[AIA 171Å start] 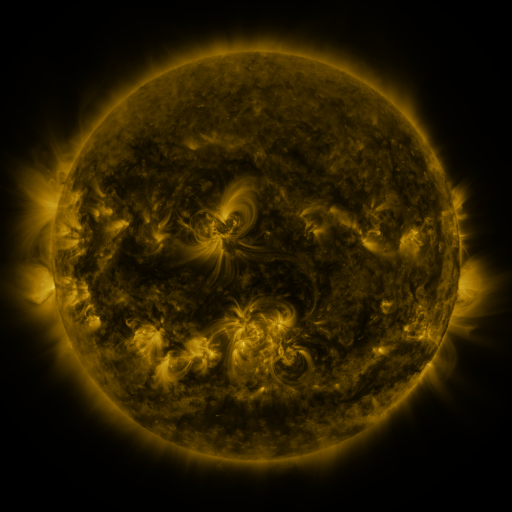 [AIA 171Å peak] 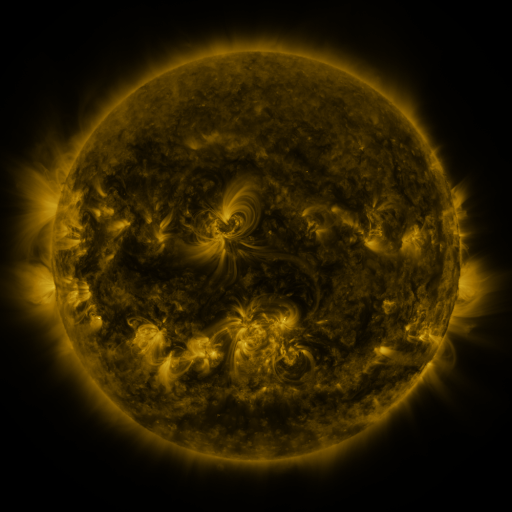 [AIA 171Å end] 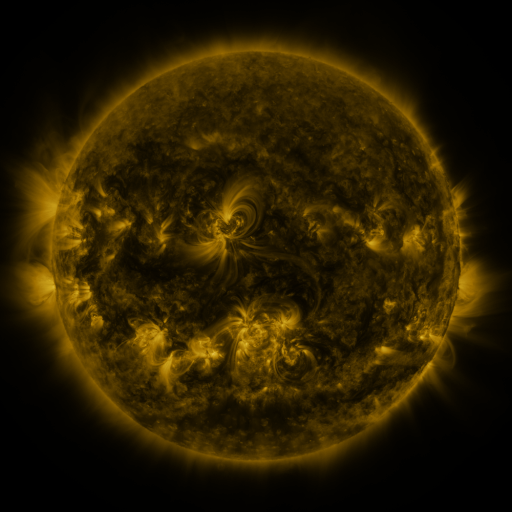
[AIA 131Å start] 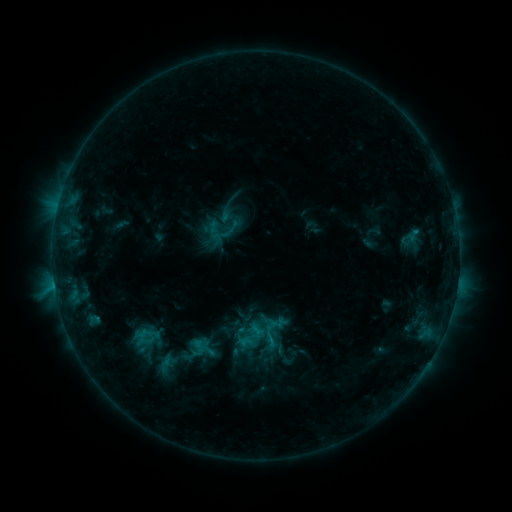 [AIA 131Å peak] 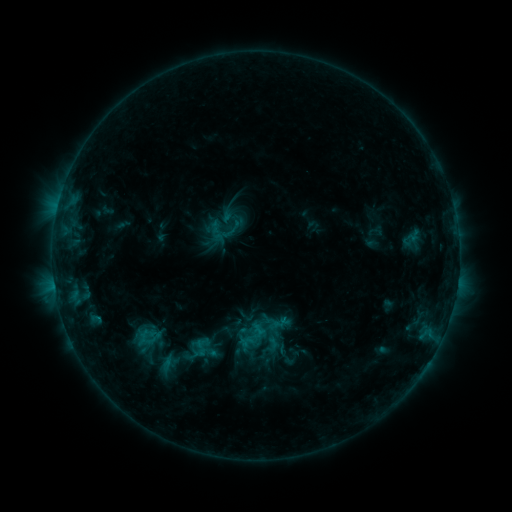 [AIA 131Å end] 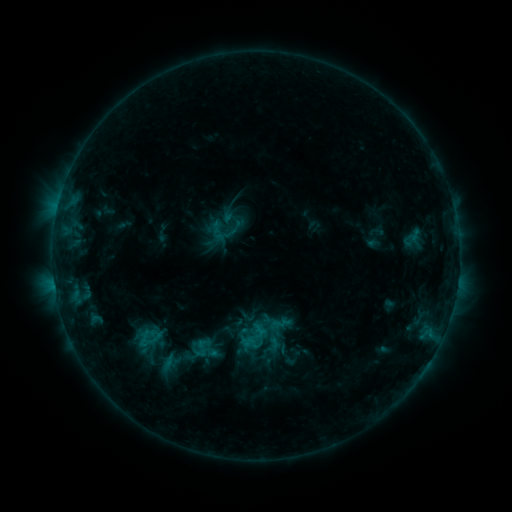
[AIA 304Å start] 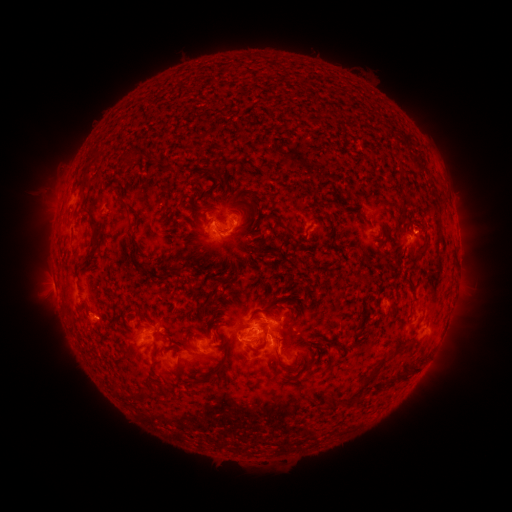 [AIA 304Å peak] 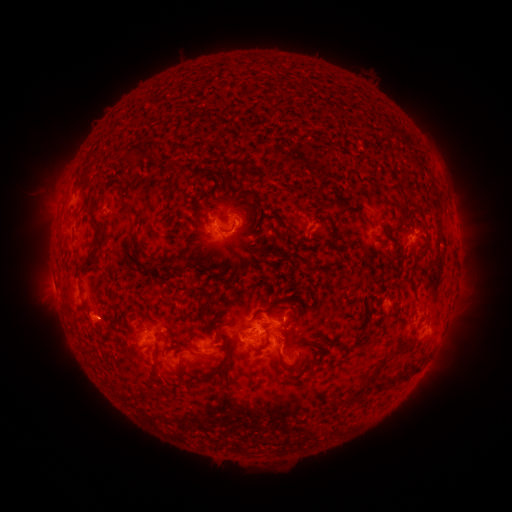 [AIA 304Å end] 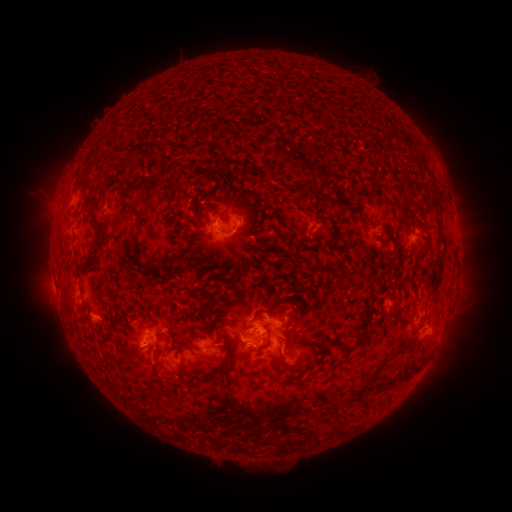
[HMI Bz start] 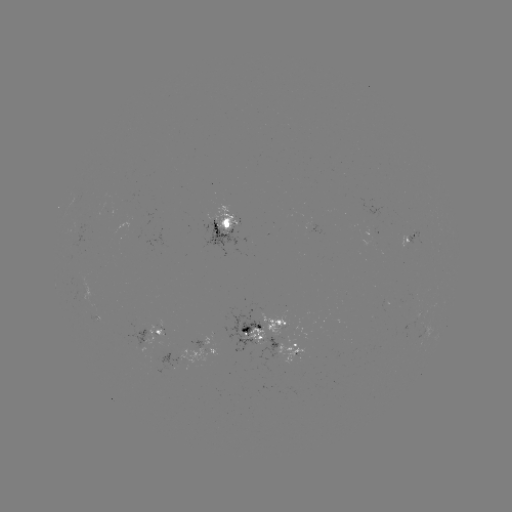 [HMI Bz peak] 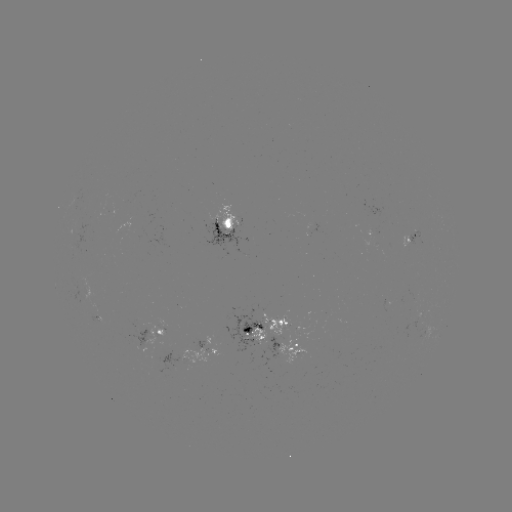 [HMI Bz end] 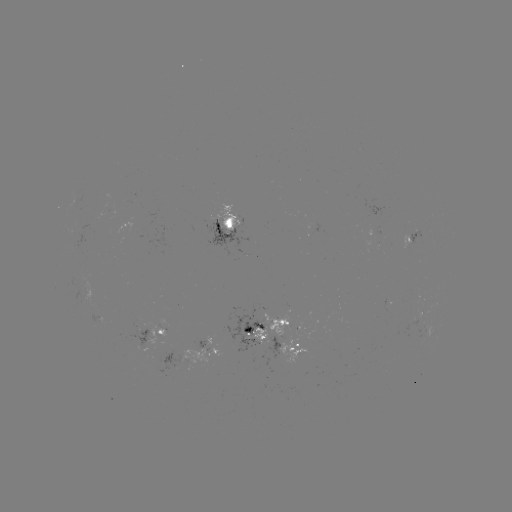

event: emerging-flux region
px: (297, 328)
